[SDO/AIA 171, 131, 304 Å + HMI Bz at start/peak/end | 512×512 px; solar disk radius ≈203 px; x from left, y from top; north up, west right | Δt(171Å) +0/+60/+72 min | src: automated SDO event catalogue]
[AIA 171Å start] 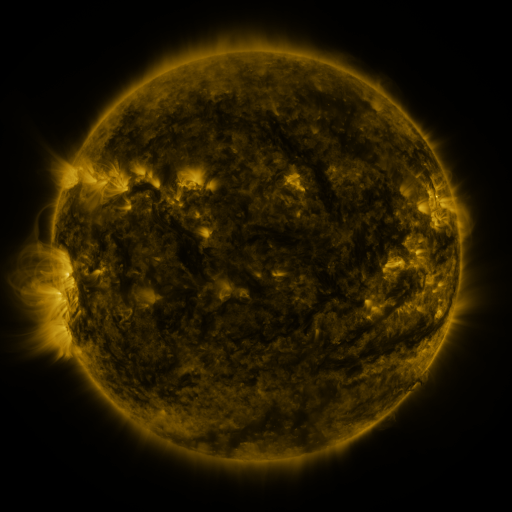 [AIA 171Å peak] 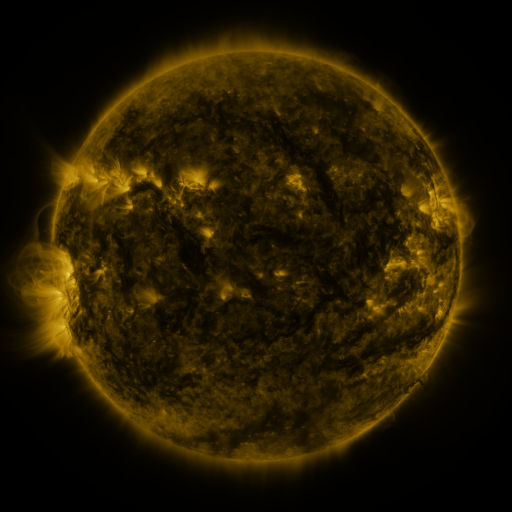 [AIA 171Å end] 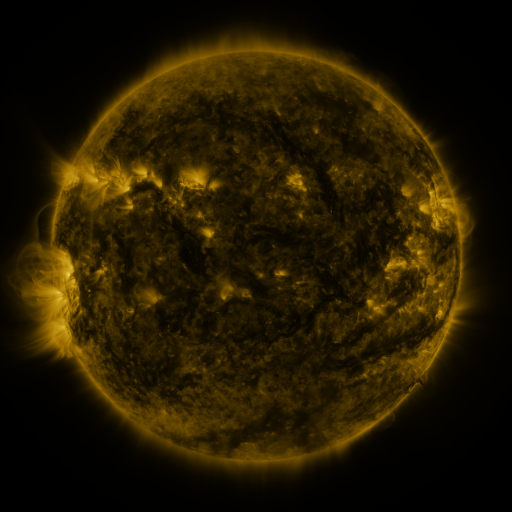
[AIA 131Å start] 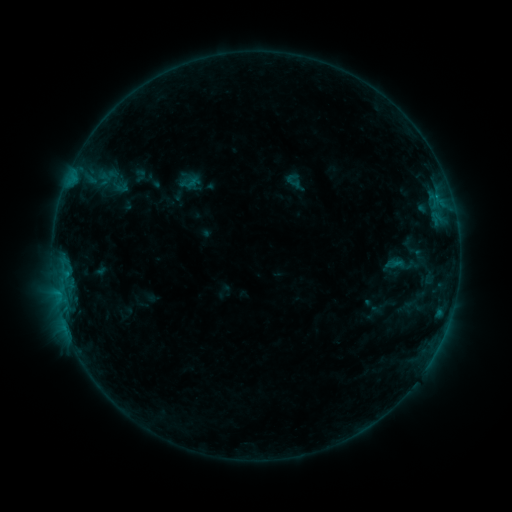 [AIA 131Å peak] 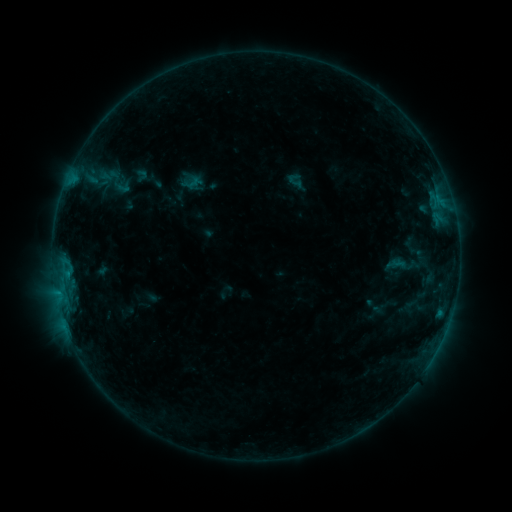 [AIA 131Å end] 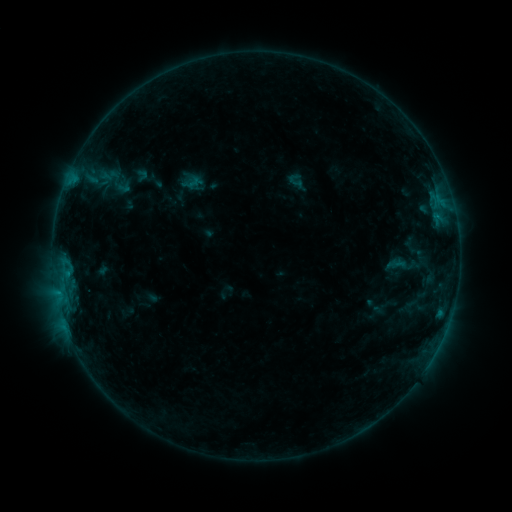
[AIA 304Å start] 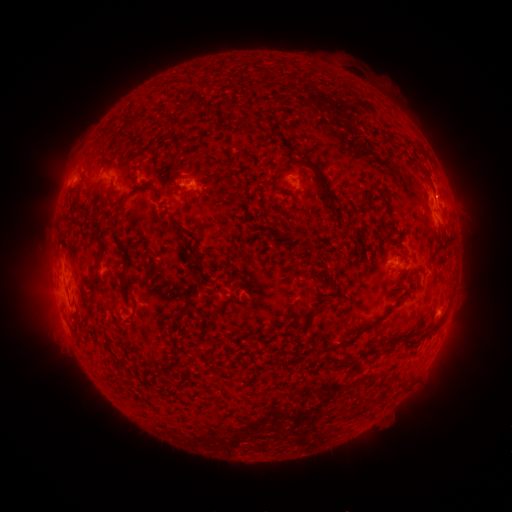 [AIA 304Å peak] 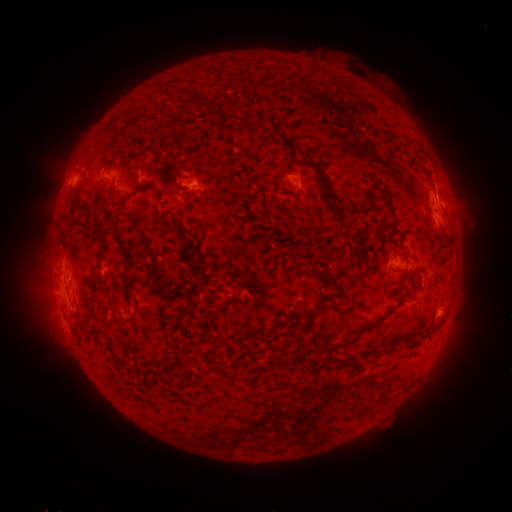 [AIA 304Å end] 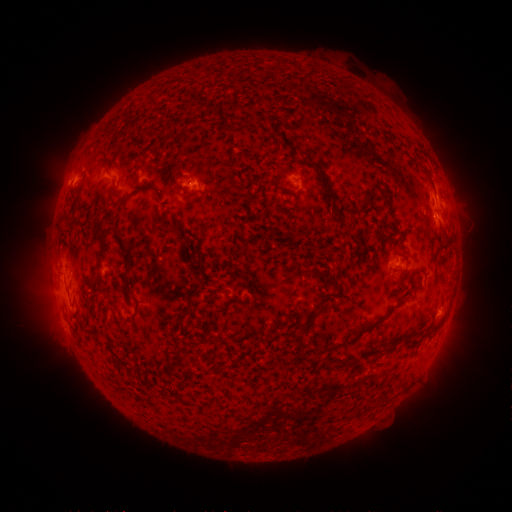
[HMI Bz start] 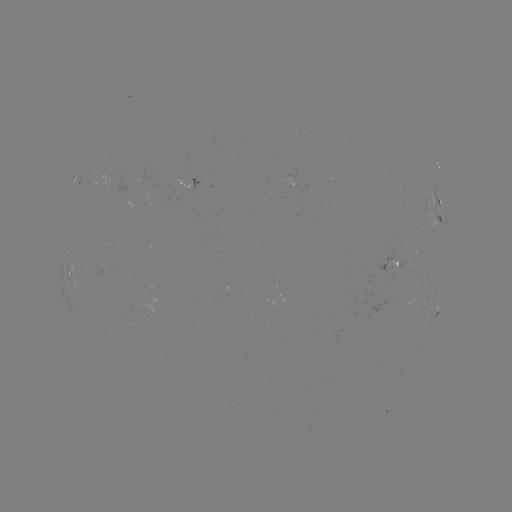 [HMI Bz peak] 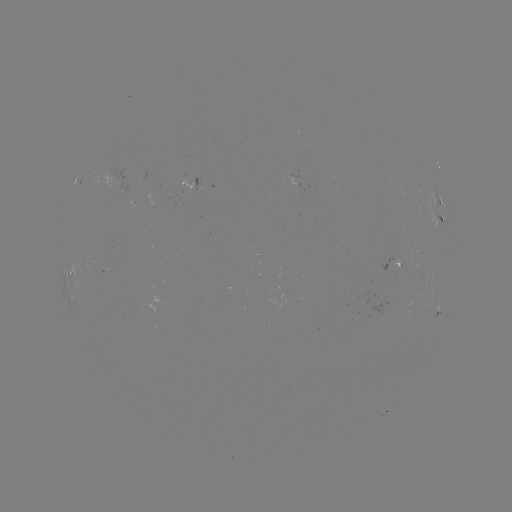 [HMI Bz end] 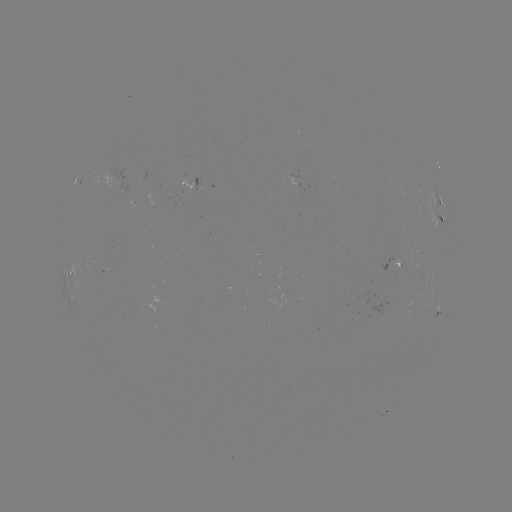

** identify emerging-flux region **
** (397, 267) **